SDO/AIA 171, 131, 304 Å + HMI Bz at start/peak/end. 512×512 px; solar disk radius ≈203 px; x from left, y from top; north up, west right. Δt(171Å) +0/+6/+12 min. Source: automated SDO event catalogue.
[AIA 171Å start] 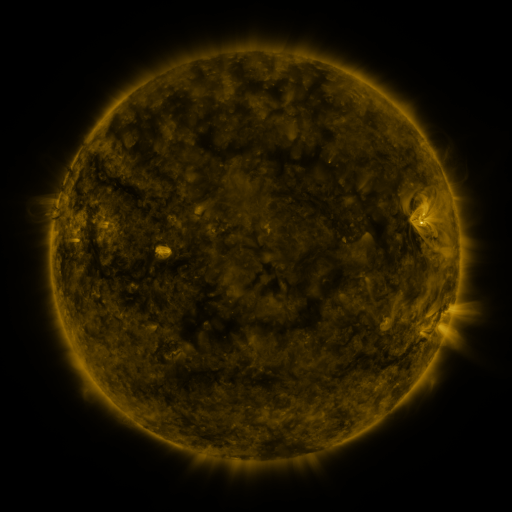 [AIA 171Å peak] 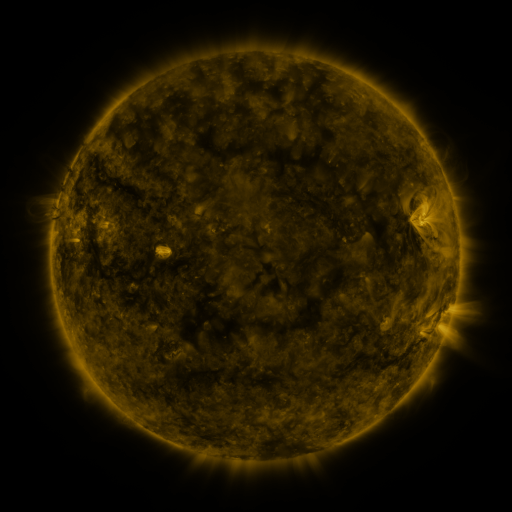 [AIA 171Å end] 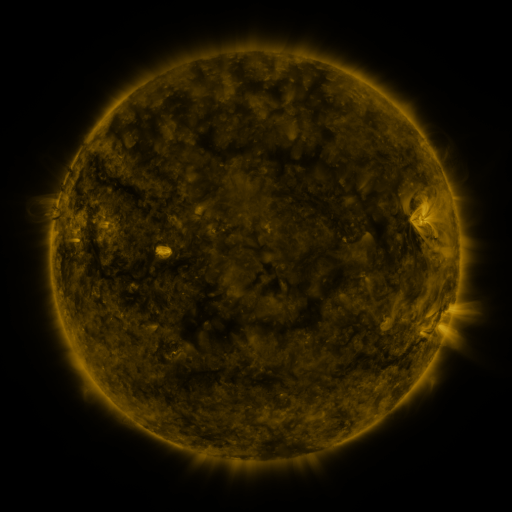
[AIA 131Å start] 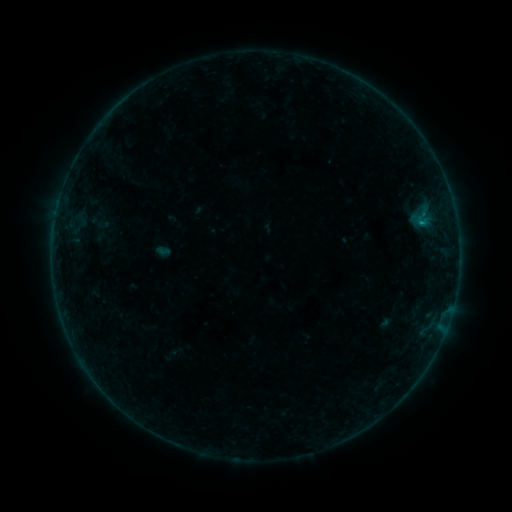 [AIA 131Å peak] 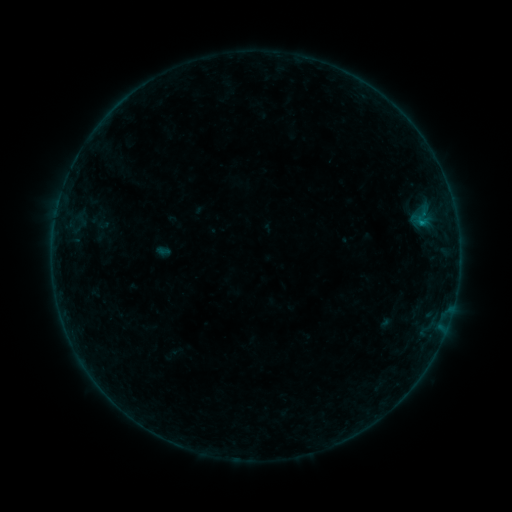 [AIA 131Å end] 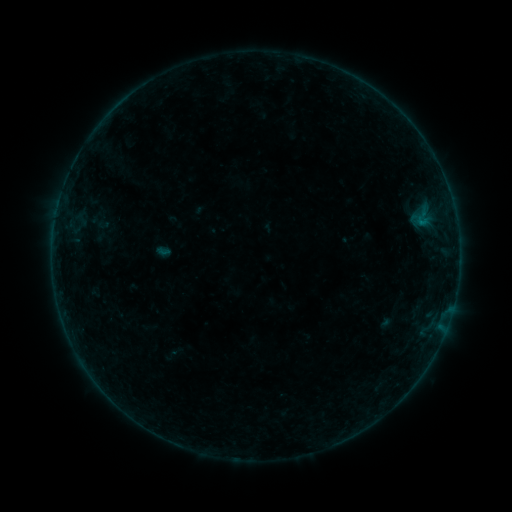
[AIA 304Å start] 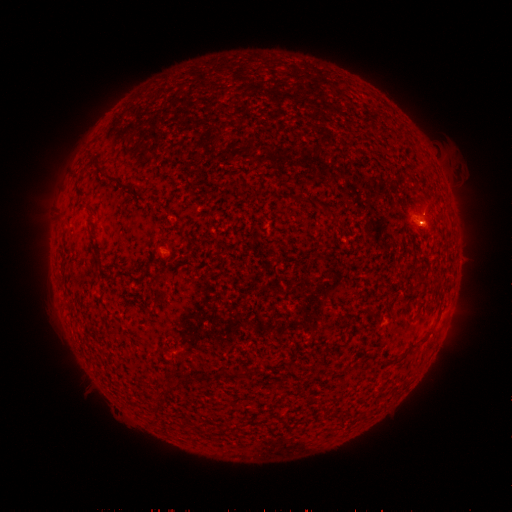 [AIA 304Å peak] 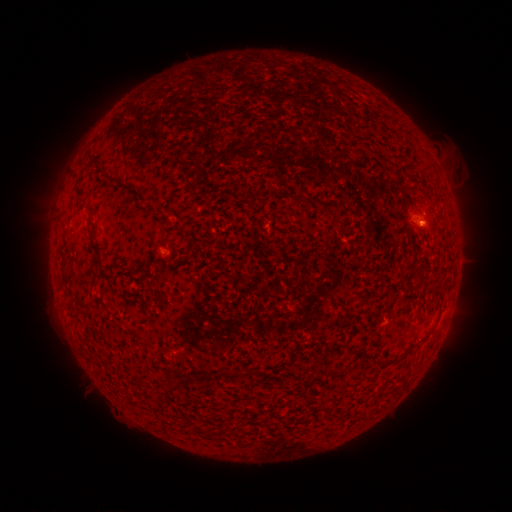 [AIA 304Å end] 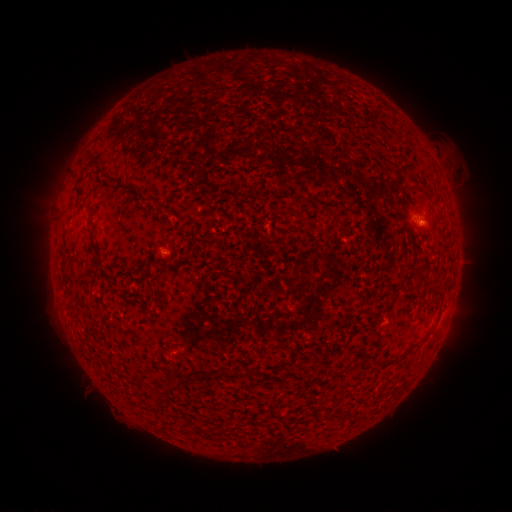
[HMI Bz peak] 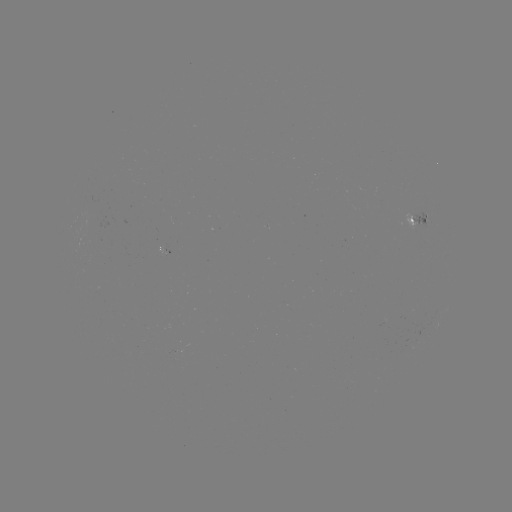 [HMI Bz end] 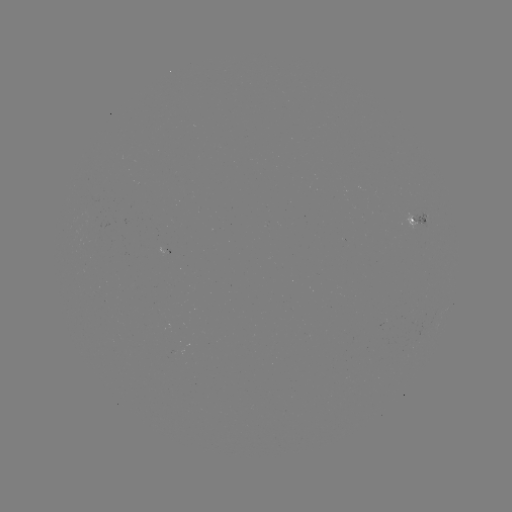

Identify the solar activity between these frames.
B1.7 flare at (421, 226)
